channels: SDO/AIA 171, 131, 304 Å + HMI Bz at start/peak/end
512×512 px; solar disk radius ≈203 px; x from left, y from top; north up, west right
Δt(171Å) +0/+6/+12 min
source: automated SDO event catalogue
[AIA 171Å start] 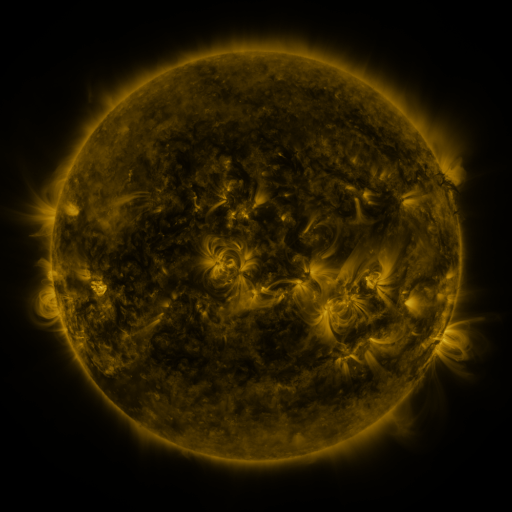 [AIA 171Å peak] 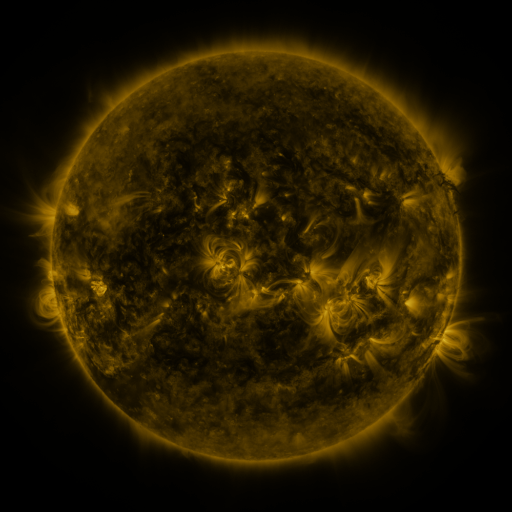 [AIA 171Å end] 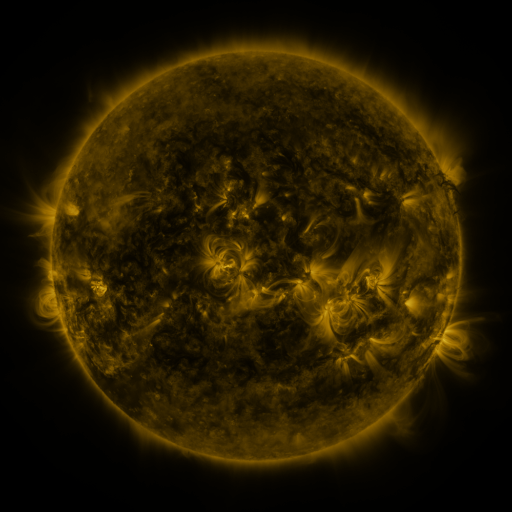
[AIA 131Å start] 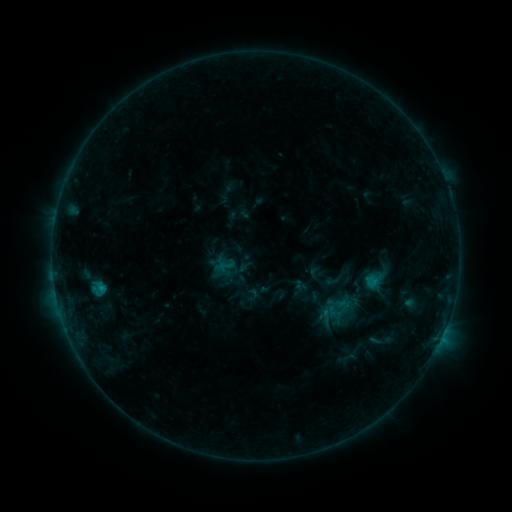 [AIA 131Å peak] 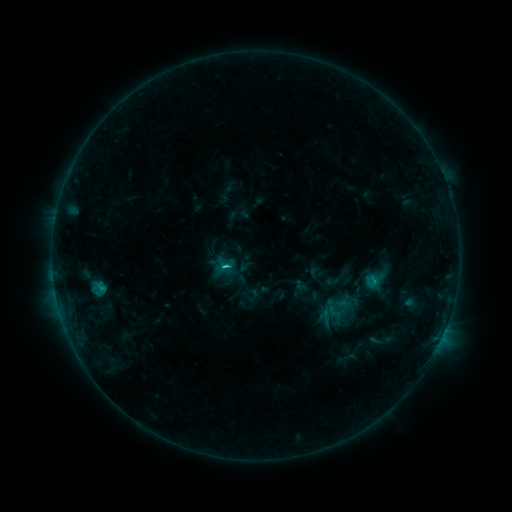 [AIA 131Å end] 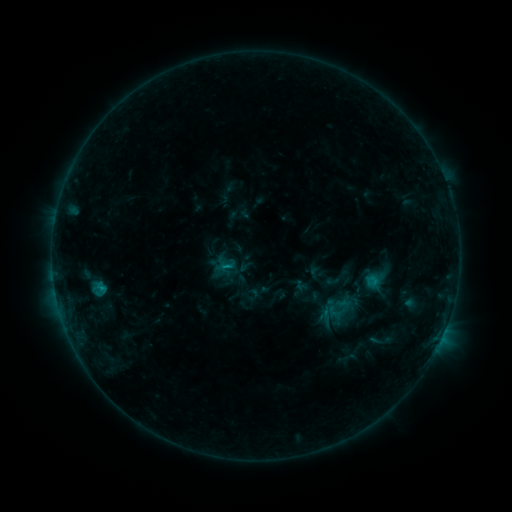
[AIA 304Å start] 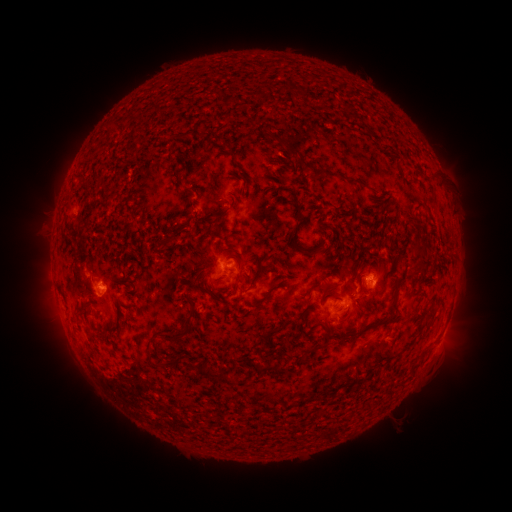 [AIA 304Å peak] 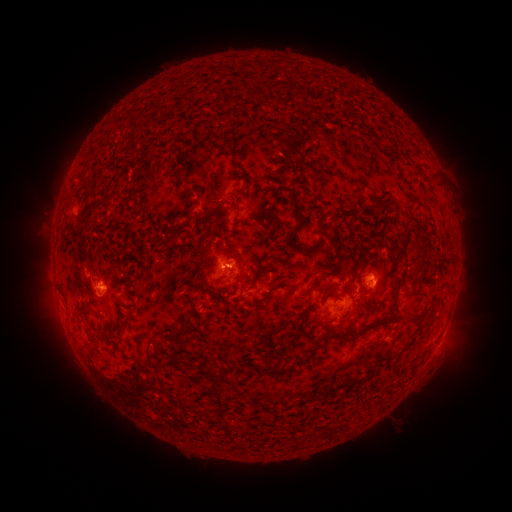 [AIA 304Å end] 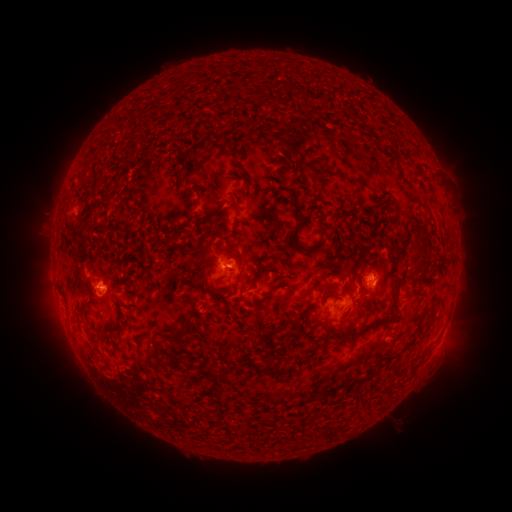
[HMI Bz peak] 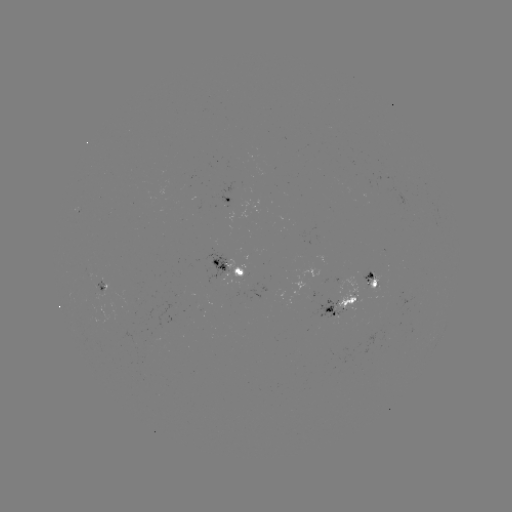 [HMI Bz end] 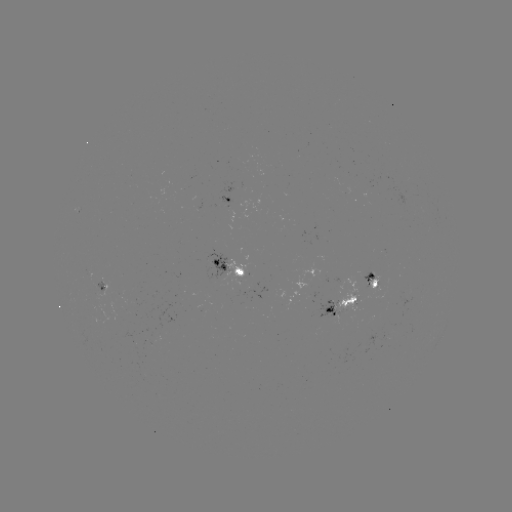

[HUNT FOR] C1.3 flare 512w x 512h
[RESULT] (371, 279)